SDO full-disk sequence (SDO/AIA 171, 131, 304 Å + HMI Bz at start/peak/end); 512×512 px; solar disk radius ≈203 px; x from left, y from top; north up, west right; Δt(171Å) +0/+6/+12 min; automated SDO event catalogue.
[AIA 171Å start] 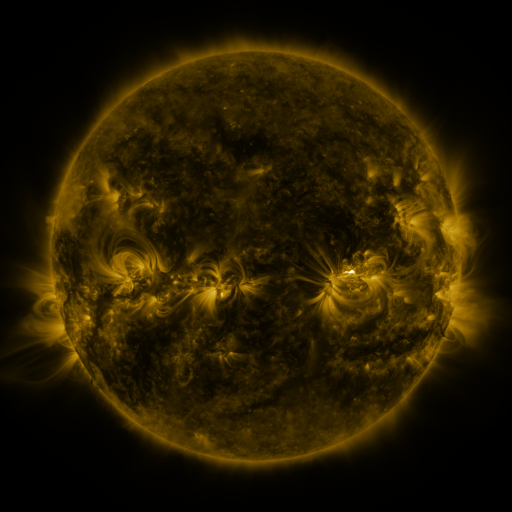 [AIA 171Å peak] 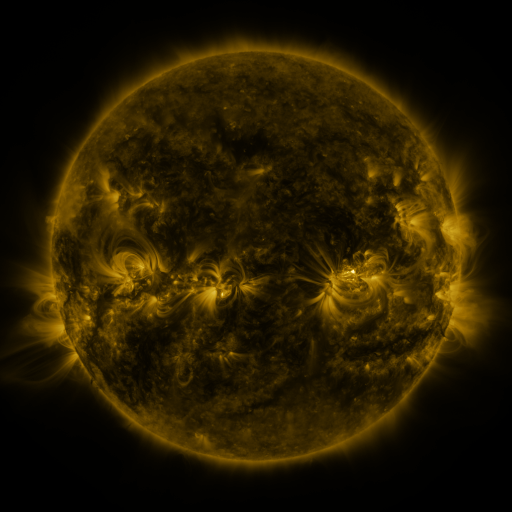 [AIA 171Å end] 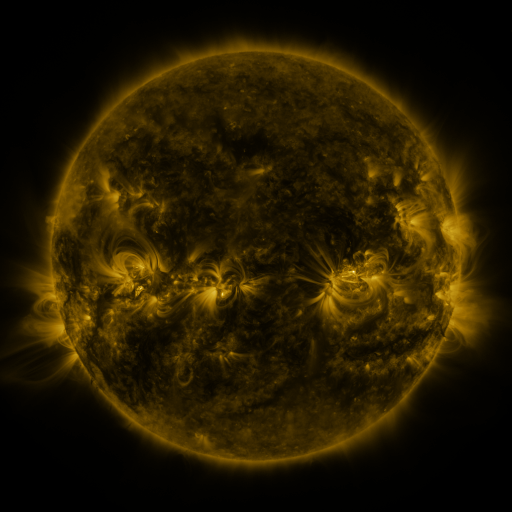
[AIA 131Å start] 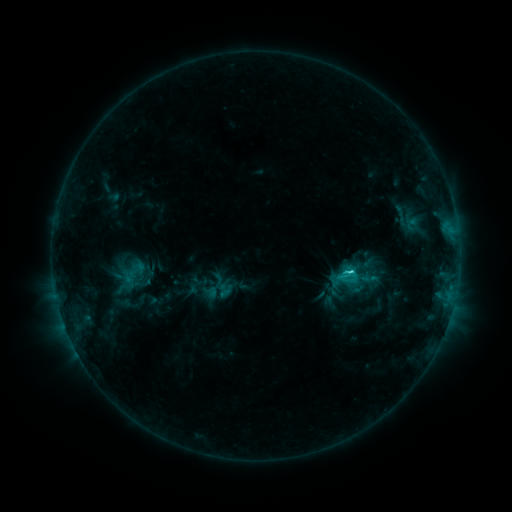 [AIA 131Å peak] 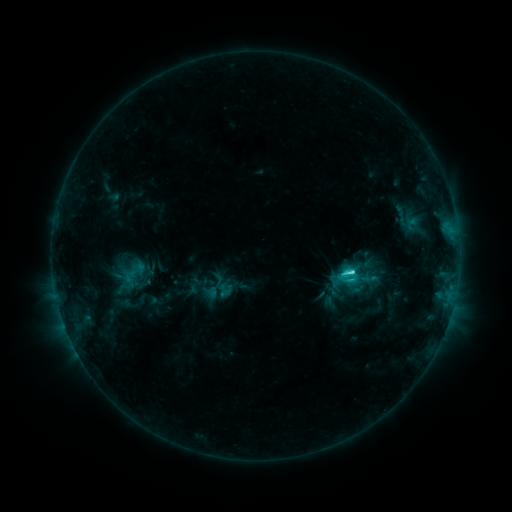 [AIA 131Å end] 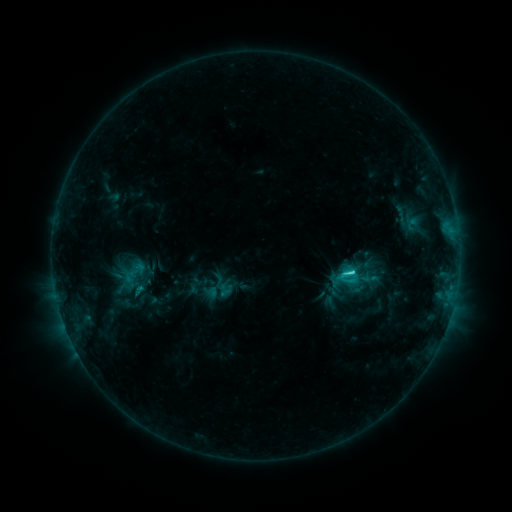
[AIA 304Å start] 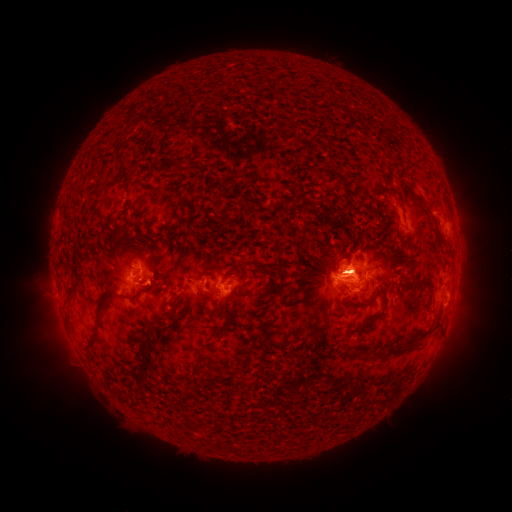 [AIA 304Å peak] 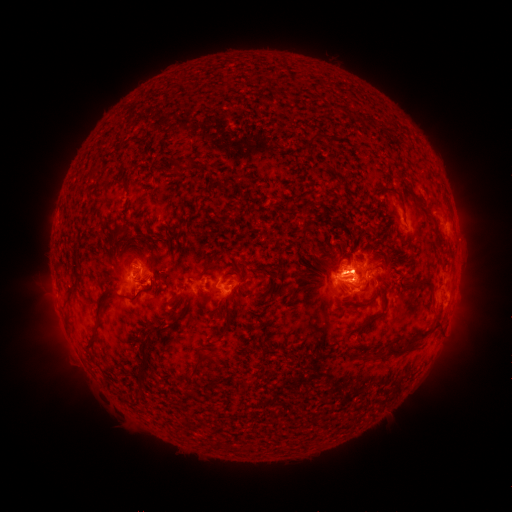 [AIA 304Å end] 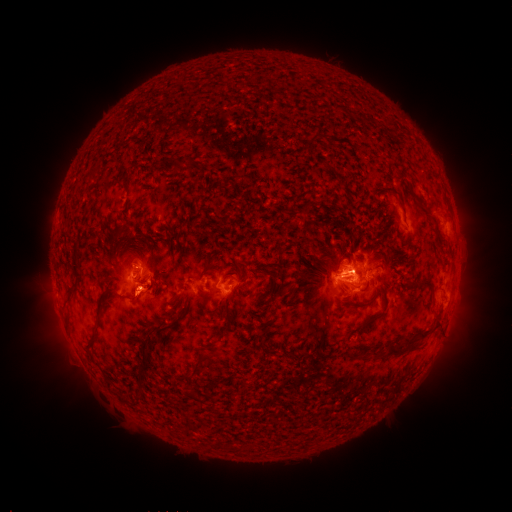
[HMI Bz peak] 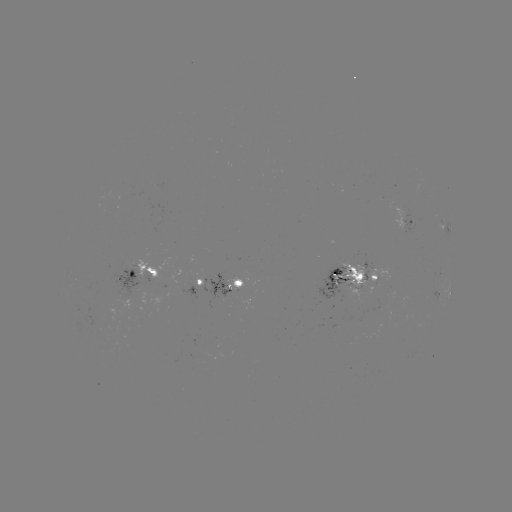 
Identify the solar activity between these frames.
eruption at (55, 324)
